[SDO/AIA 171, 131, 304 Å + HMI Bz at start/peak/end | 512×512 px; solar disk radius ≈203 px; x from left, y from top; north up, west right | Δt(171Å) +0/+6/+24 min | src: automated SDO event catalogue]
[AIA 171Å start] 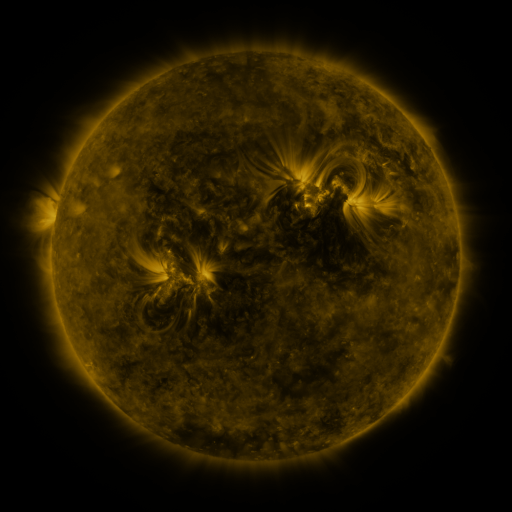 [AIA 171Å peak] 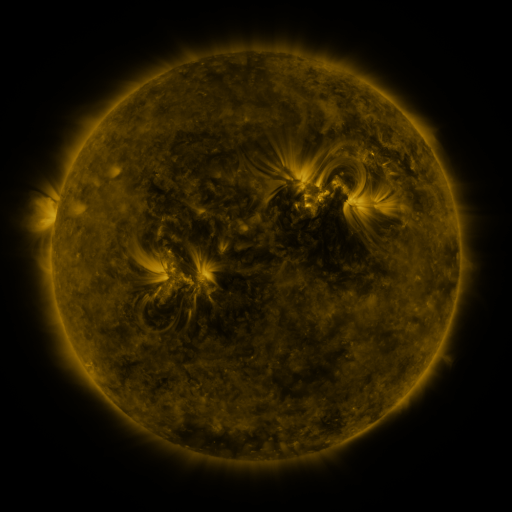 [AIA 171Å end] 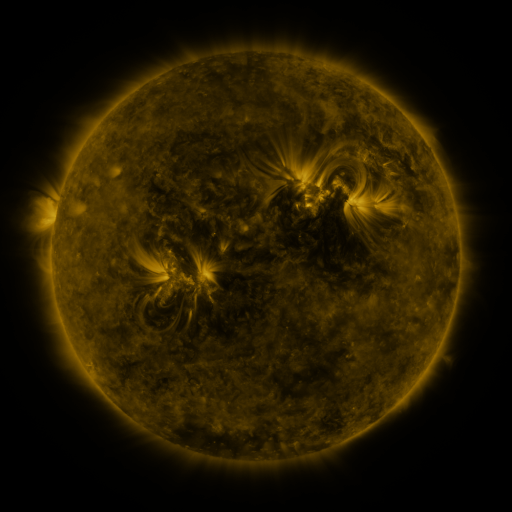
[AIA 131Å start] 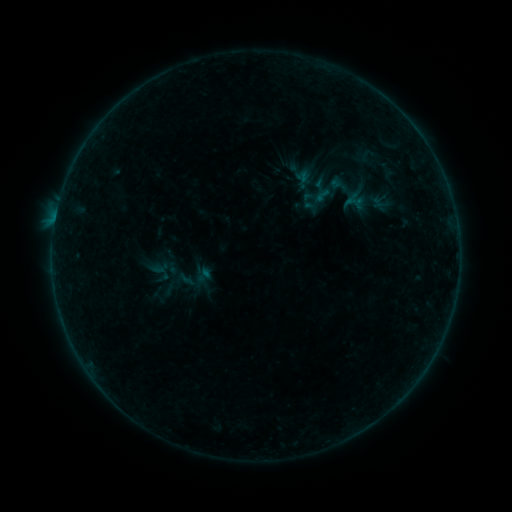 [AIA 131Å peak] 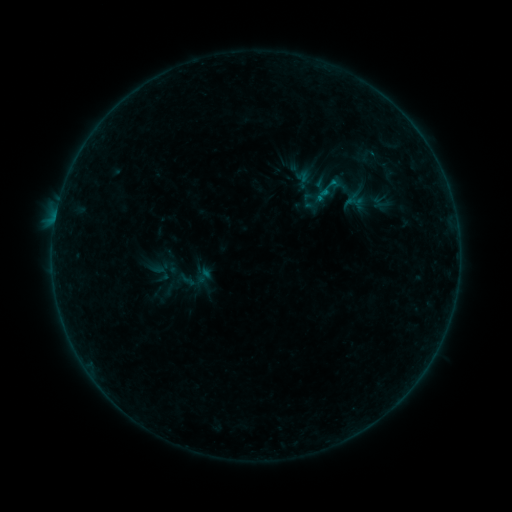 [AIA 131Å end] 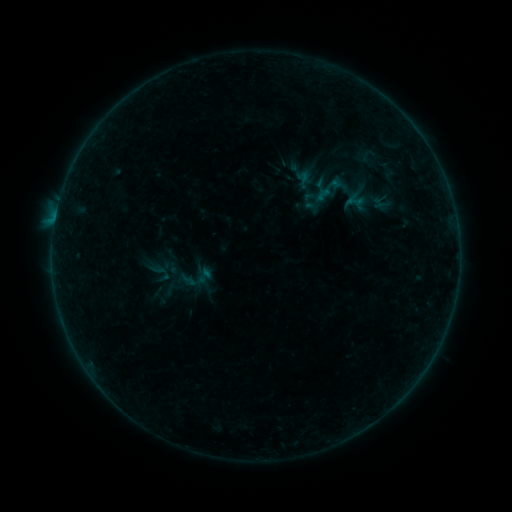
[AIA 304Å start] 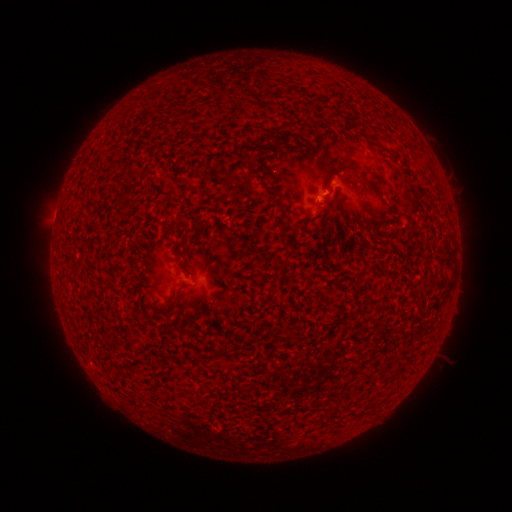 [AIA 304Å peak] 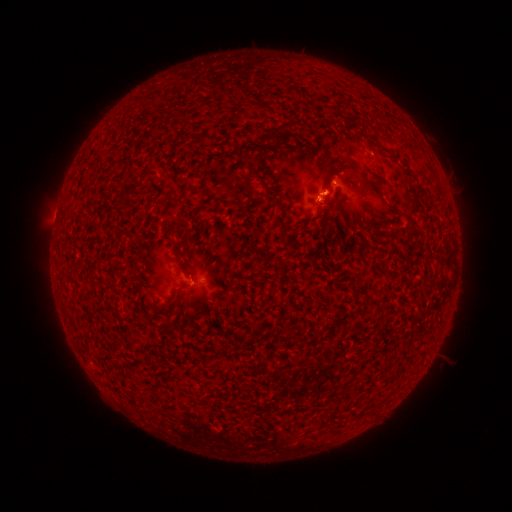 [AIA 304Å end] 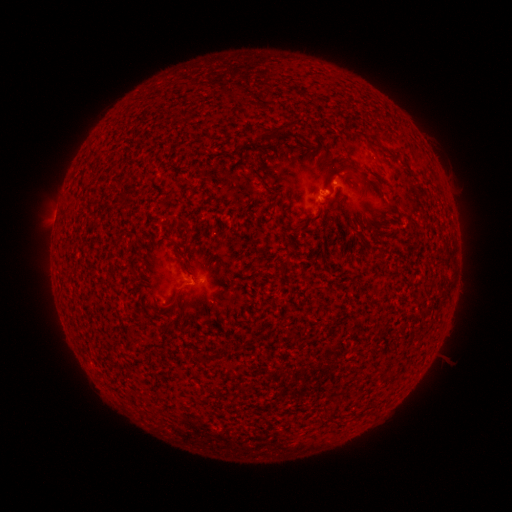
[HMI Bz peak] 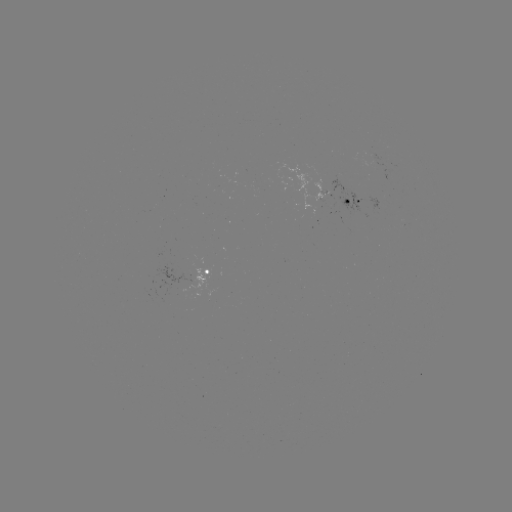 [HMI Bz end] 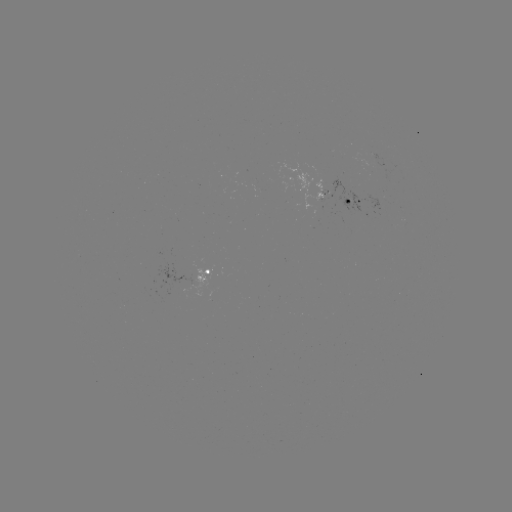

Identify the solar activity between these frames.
B2.9 flare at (317, 198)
